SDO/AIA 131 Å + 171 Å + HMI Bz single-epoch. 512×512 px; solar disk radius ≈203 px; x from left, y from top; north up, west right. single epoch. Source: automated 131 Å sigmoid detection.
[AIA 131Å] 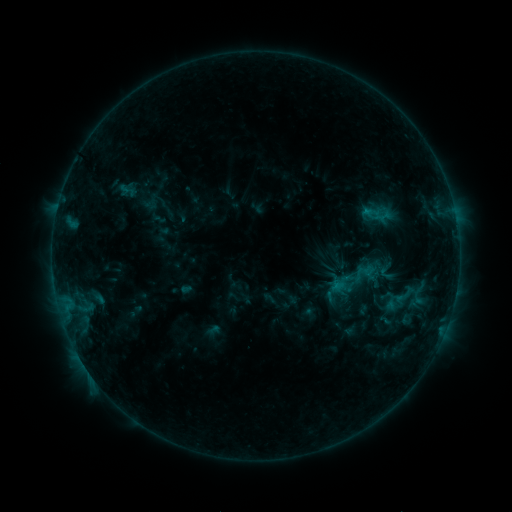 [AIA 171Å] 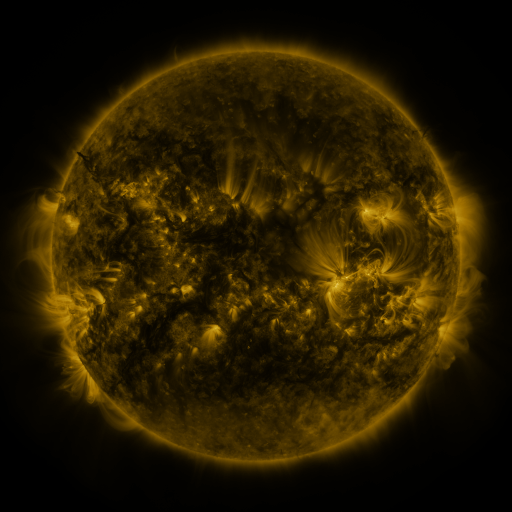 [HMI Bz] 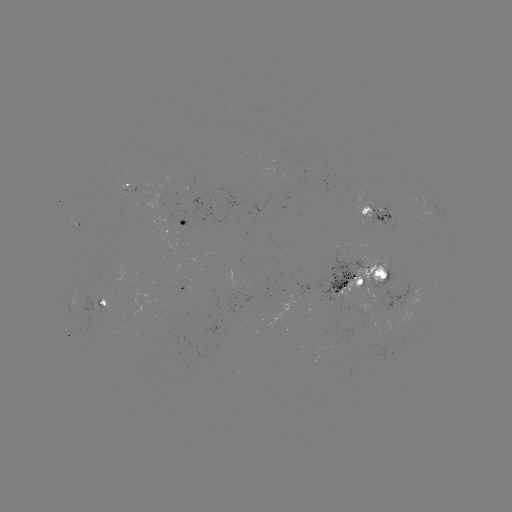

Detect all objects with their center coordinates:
sigmoid: (127, 190)
